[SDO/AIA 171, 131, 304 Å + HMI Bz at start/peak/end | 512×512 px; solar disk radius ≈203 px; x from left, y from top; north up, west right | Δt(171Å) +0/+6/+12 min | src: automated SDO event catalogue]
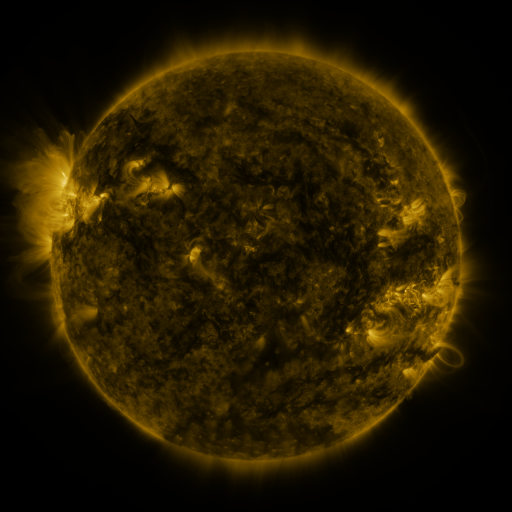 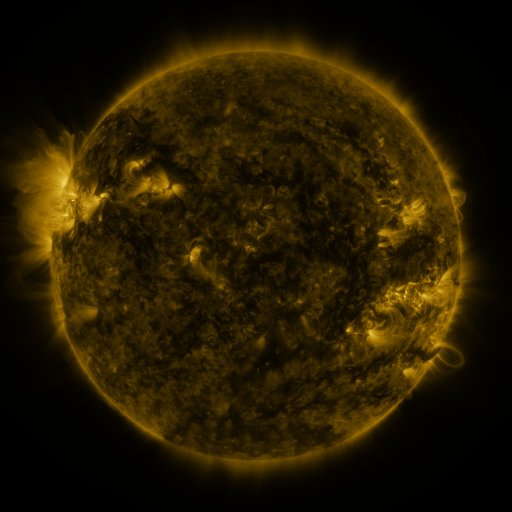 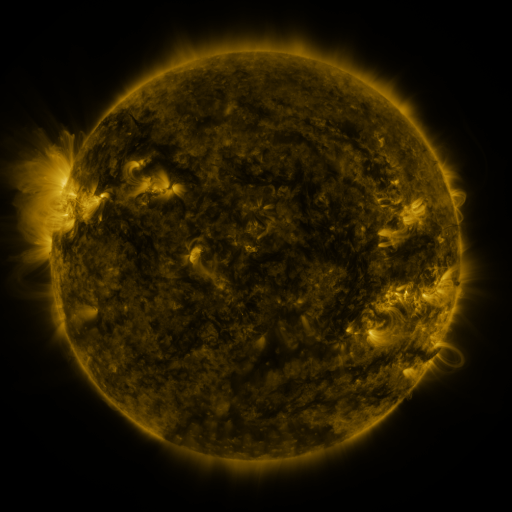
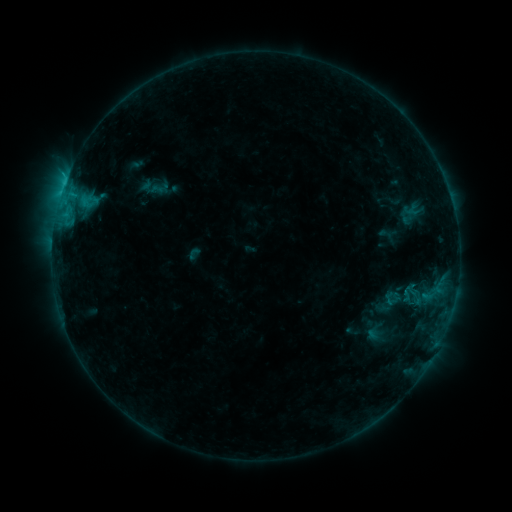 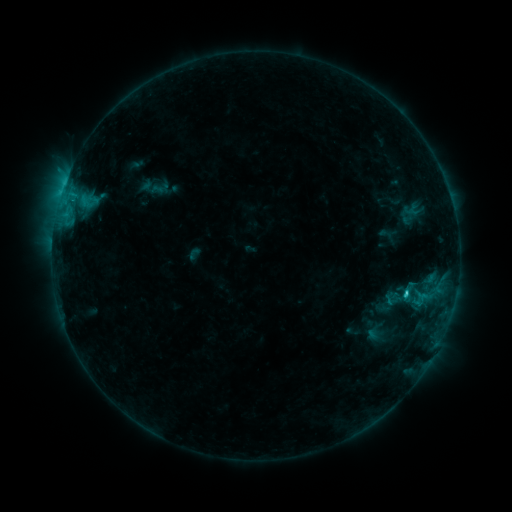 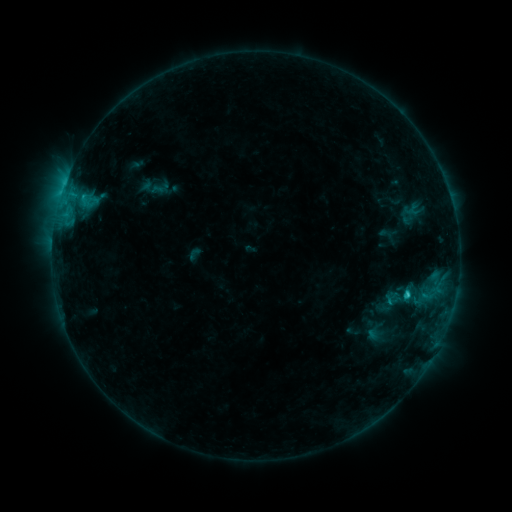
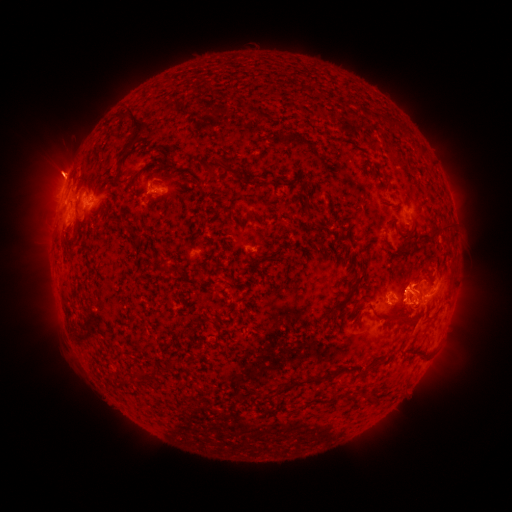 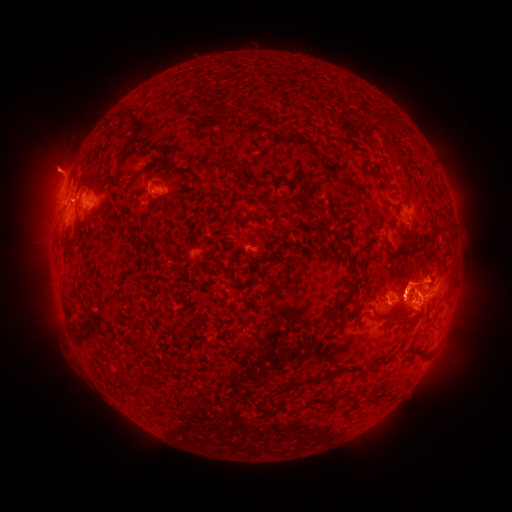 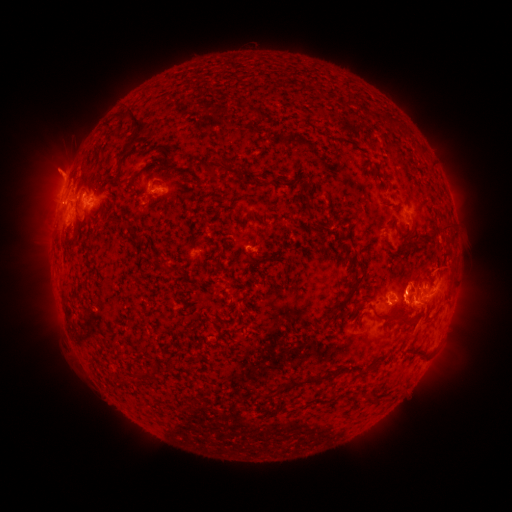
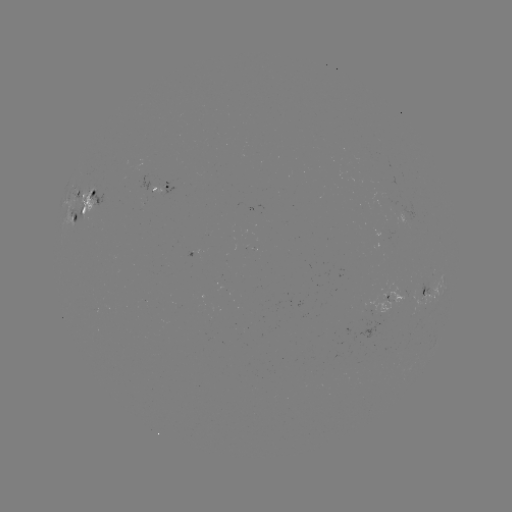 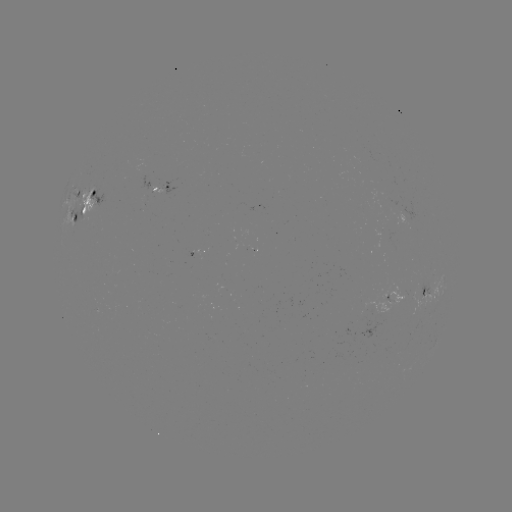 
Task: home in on eruption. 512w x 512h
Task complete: [469, 285].